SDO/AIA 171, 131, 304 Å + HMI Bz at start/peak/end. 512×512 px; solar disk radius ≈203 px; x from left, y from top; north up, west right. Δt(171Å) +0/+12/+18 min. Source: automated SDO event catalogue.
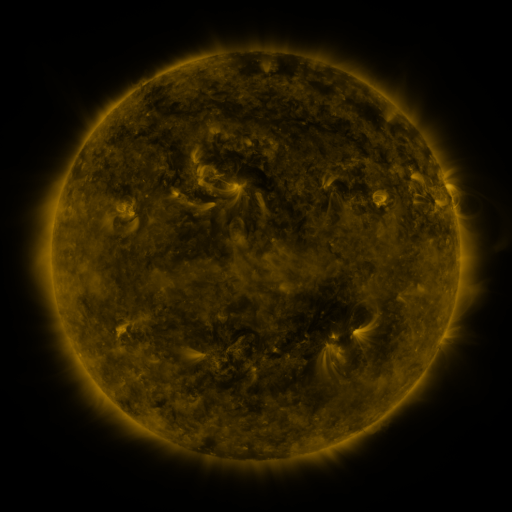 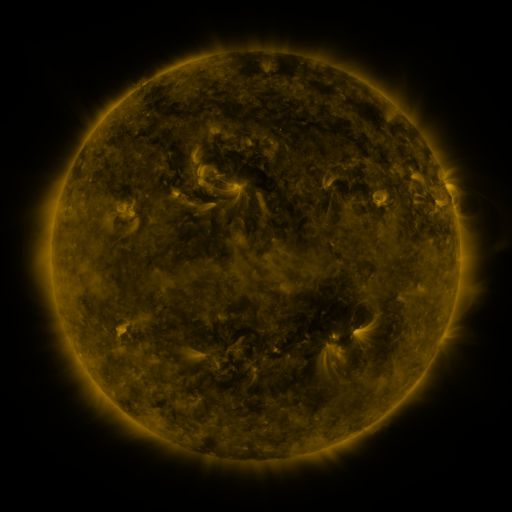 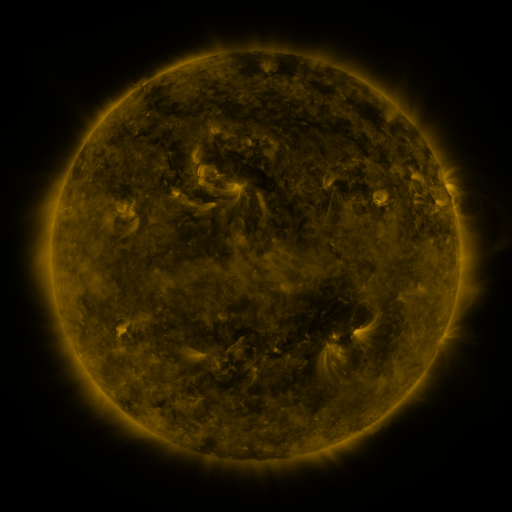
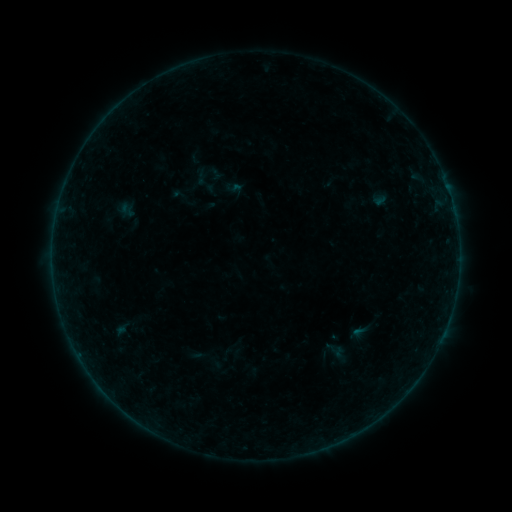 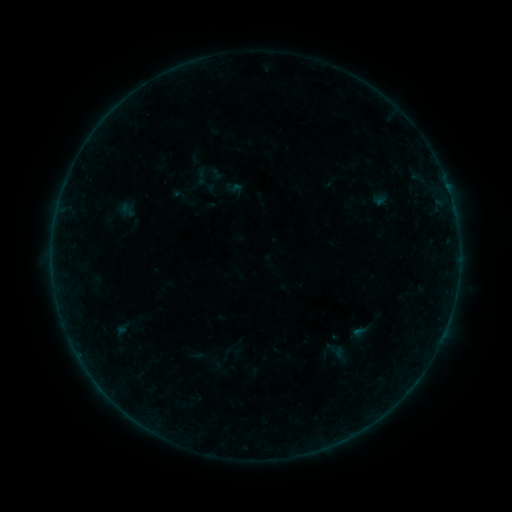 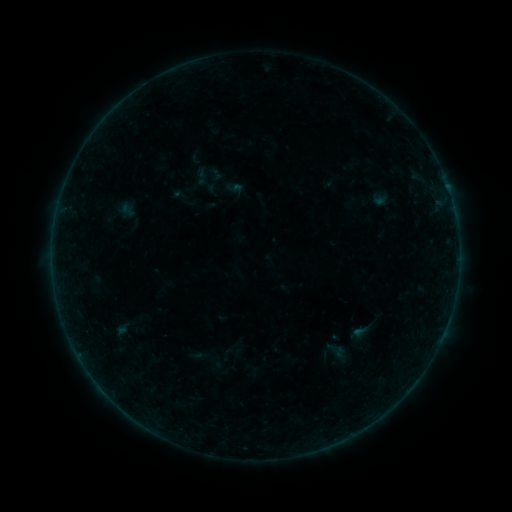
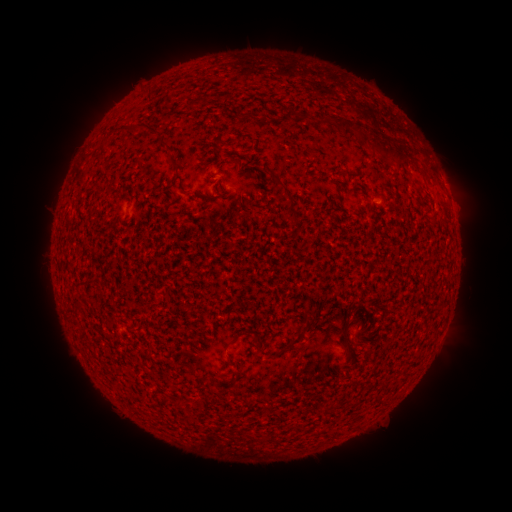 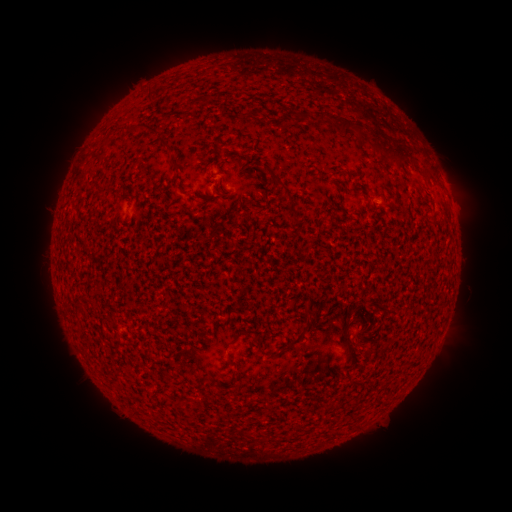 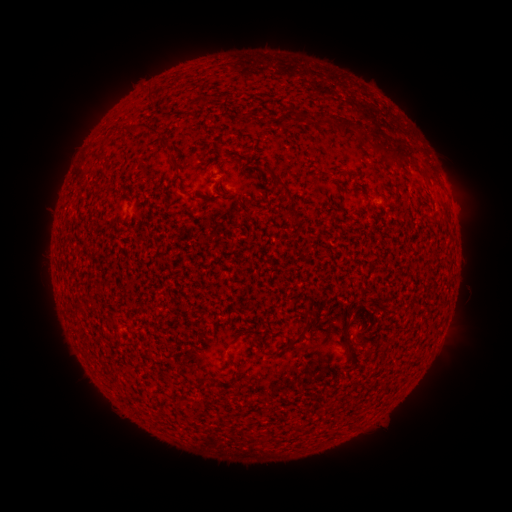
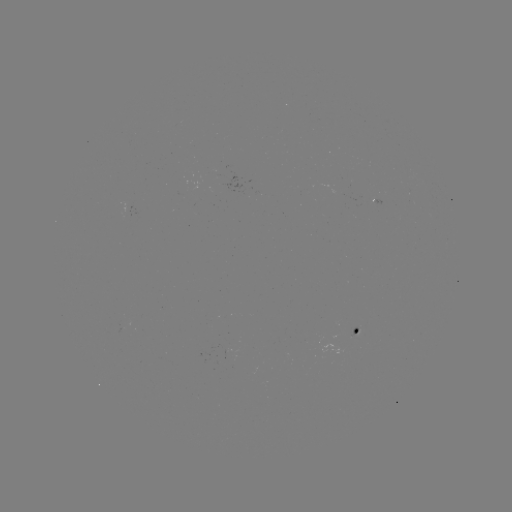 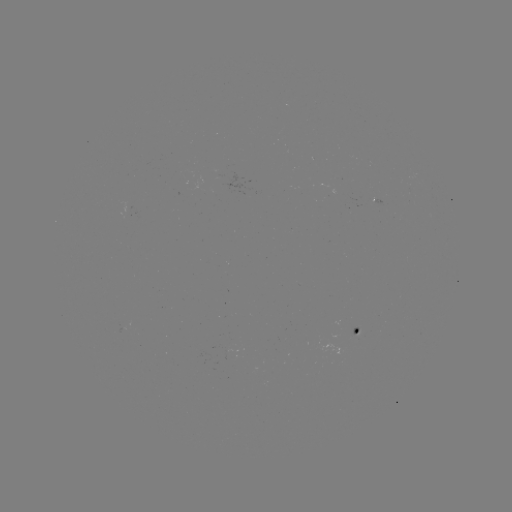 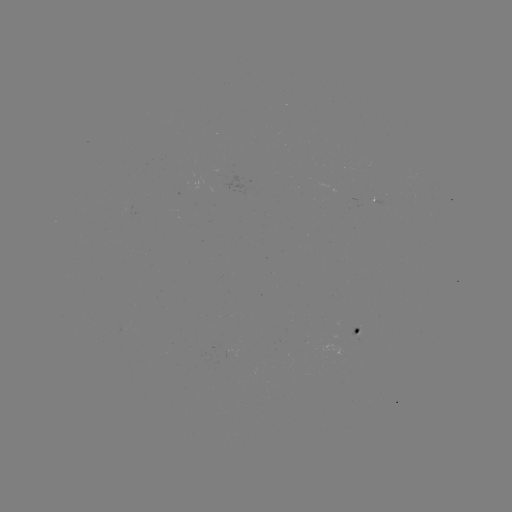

no flare in any classed list; no EUV-trigger detection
